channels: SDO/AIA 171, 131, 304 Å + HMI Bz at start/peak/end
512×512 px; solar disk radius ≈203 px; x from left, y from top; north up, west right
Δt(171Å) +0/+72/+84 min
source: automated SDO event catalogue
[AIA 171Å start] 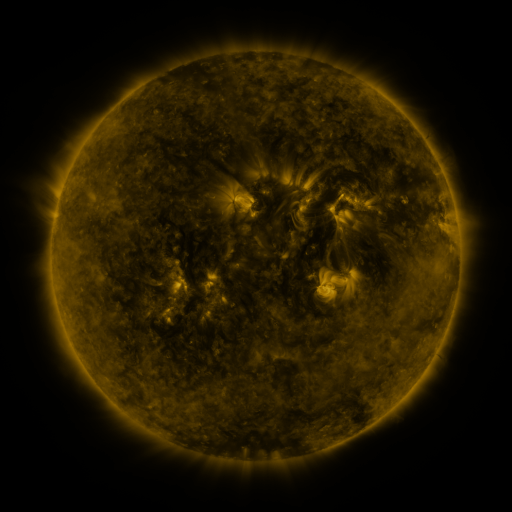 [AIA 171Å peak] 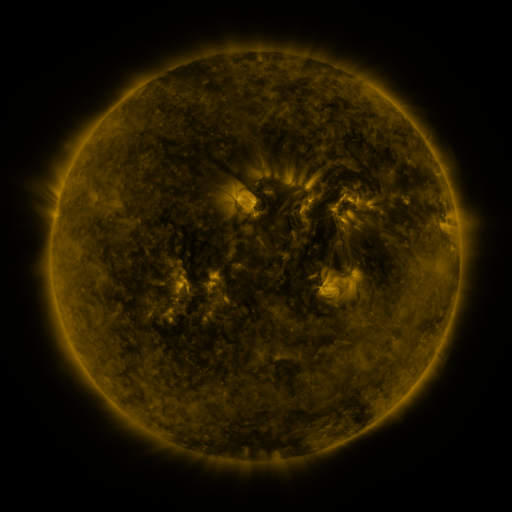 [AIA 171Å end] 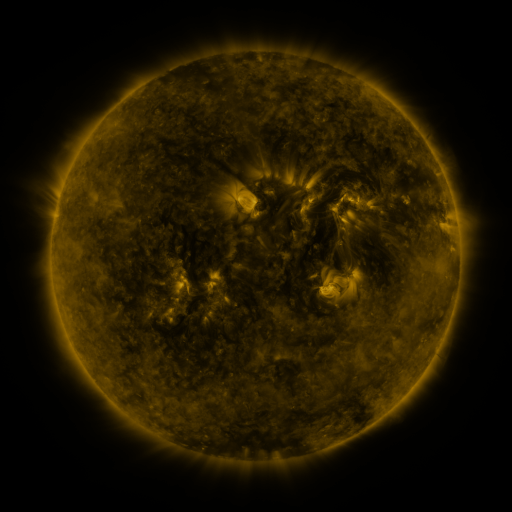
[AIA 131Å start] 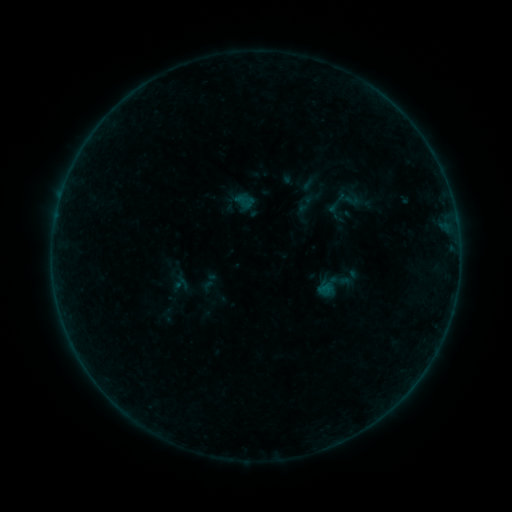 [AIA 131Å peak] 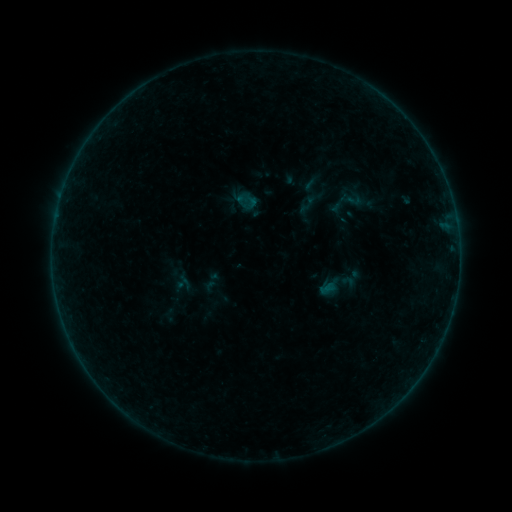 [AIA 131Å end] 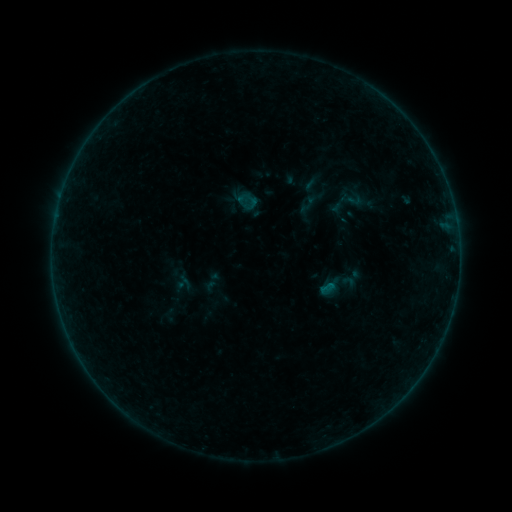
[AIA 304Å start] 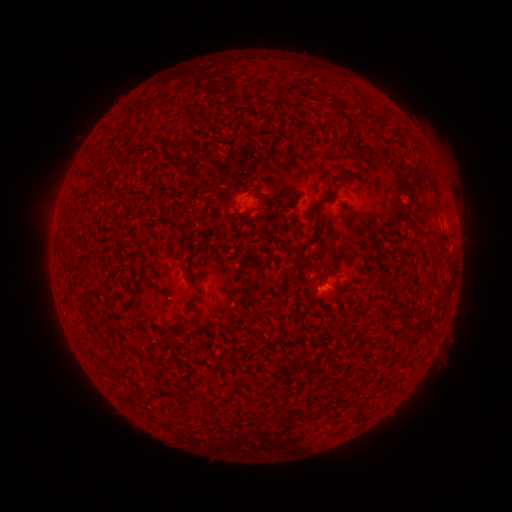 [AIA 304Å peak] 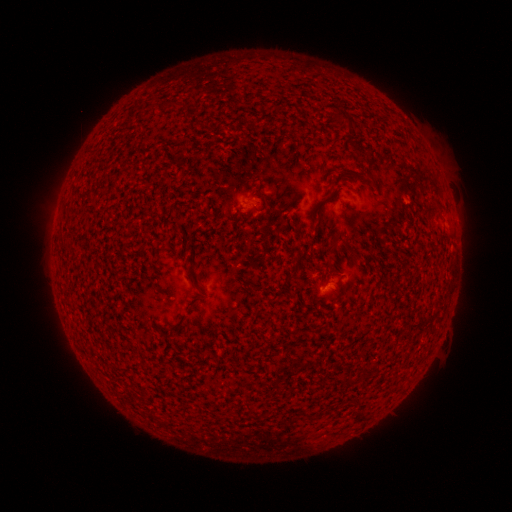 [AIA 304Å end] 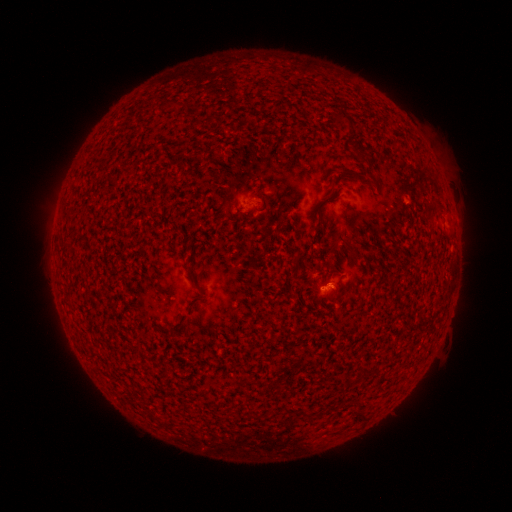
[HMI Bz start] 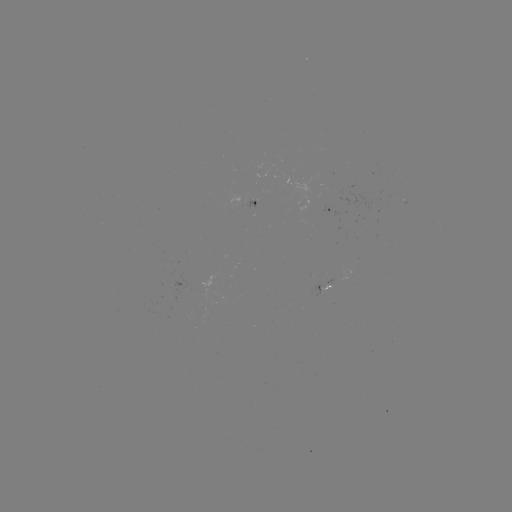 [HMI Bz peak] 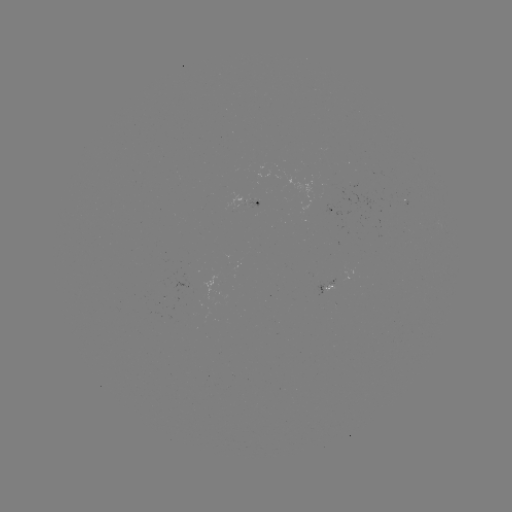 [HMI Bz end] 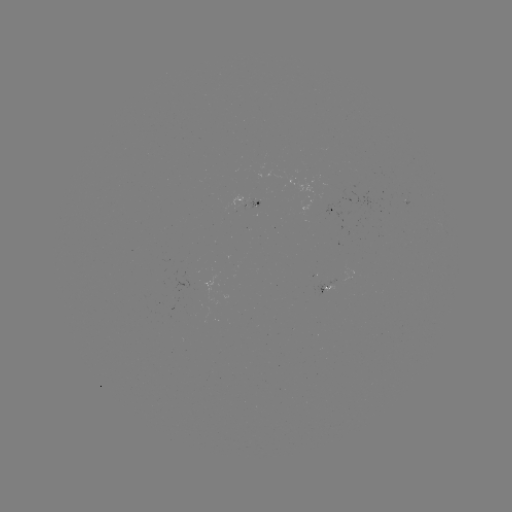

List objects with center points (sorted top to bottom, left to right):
emerging-flux region: (251, 205)
